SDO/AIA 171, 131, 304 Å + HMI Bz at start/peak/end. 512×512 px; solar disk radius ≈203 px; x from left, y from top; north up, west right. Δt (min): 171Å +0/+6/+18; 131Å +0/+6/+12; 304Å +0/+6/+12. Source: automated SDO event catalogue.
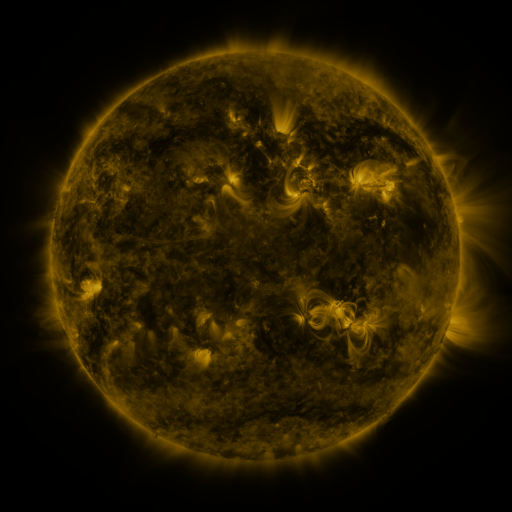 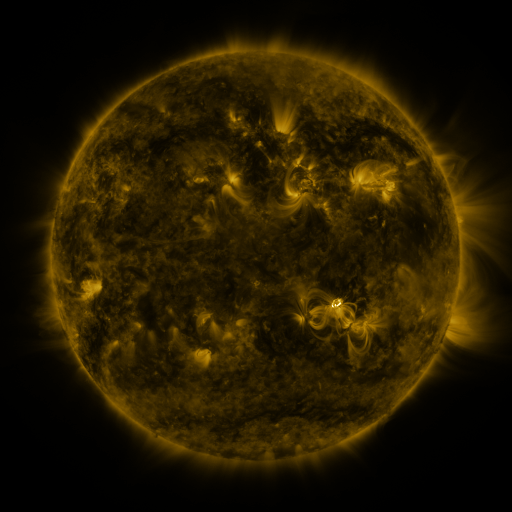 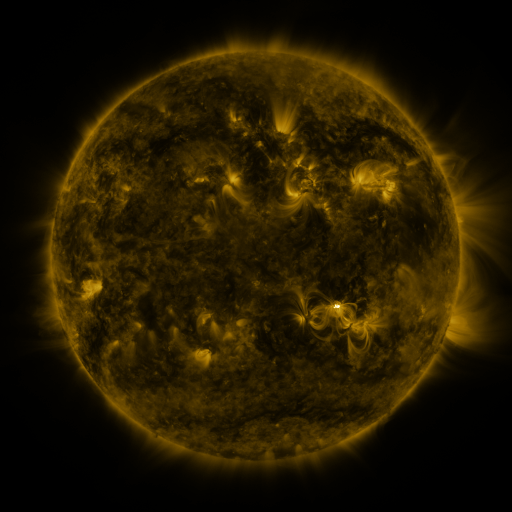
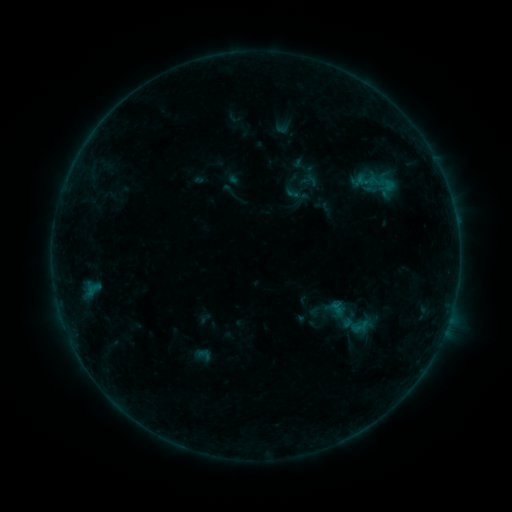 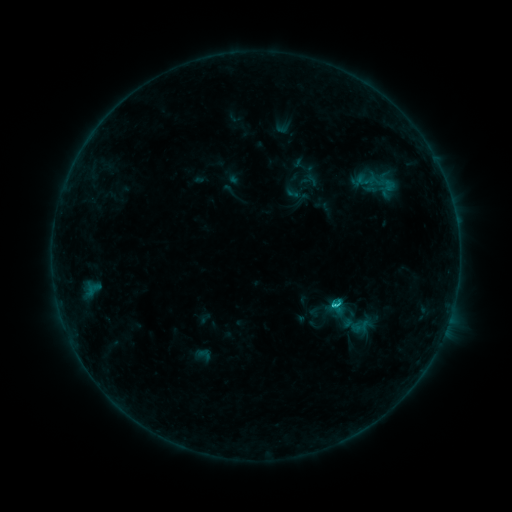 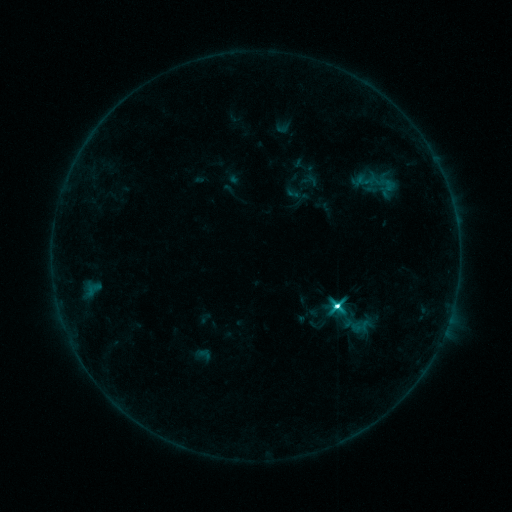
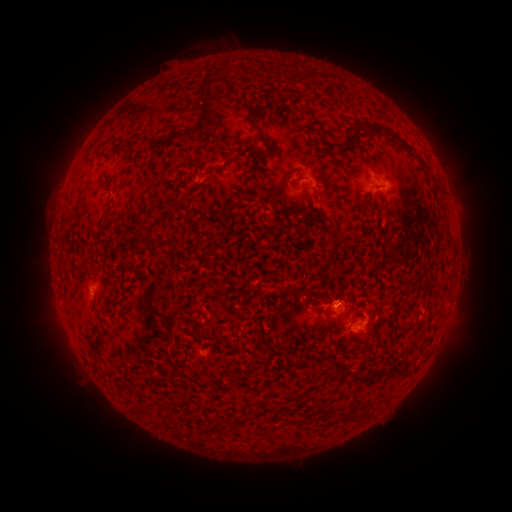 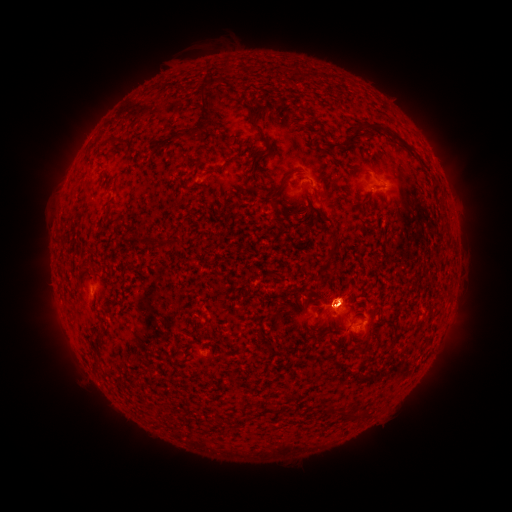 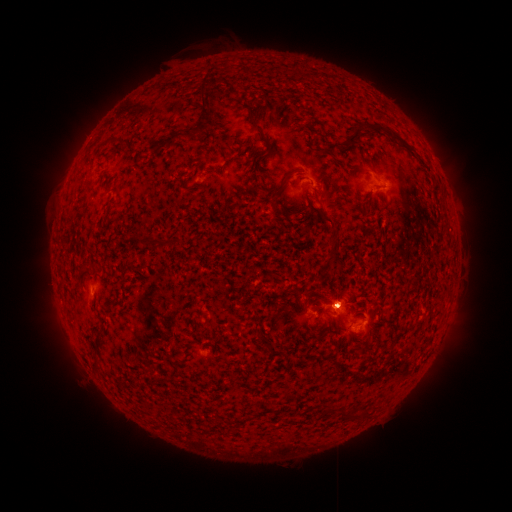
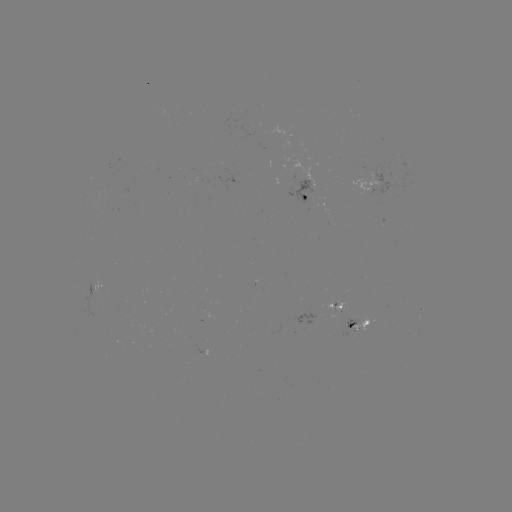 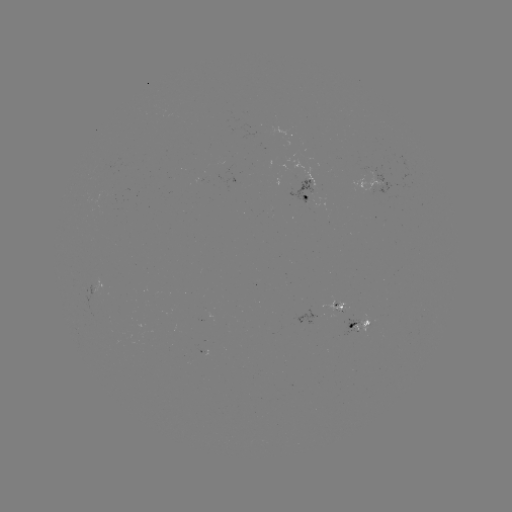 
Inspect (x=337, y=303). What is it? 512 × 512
M1.3 flare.